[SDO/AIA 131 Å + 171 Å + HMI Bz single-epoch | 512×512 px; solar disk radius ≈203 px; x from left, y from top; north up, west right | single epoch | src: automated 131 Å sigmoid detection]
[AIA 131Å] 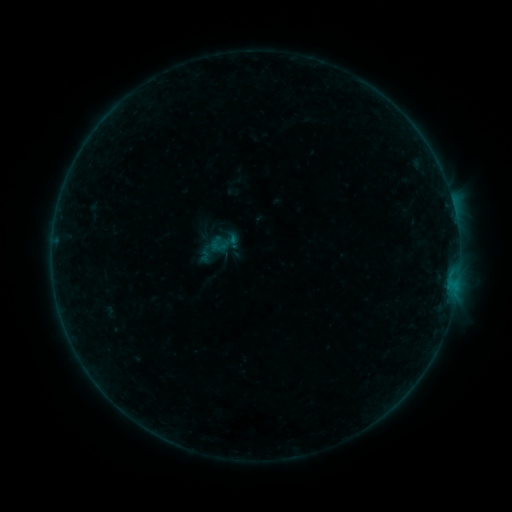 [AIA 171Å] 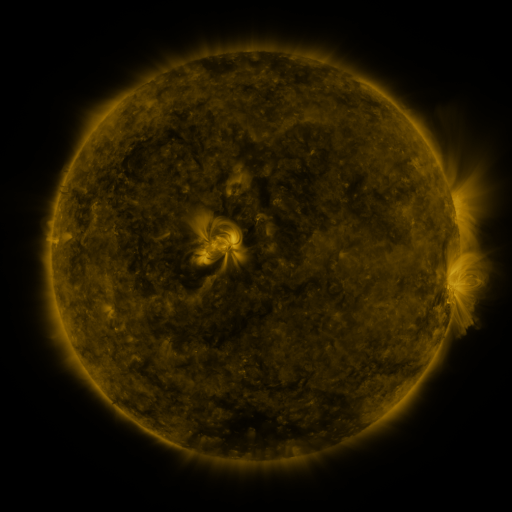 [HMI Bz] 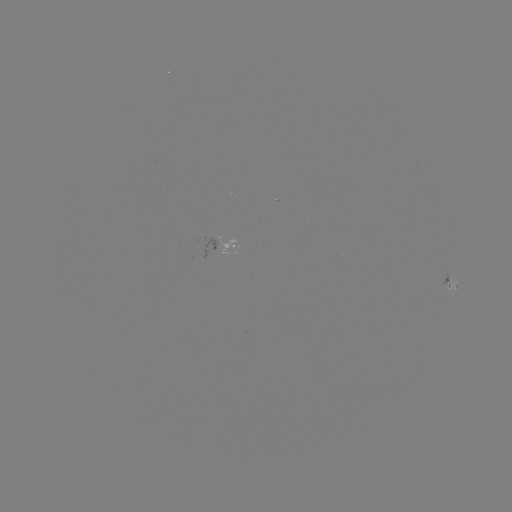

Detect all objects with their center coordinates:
sigmoid: (224, 243)
